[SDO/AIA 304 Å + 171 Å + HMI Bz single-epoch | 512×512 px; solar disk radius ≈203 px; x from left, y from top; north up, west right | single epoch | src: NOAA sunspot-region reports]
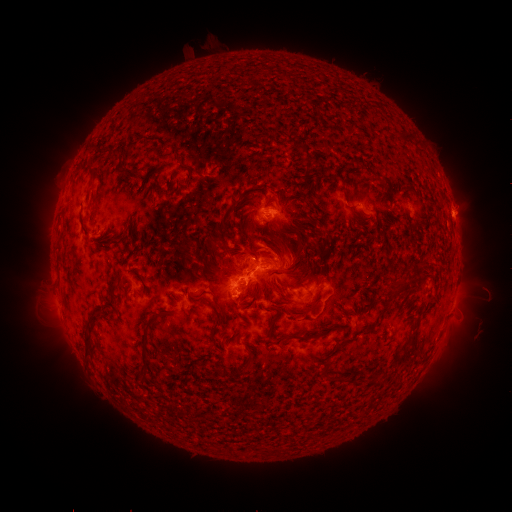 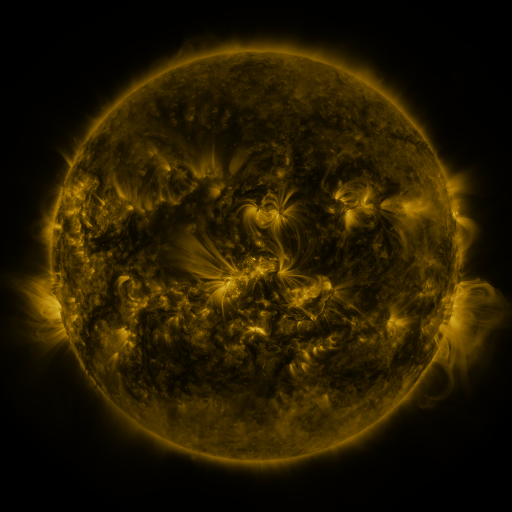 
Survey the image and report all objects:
spotted active region: (368, 209)
spotted active region: (280, 210)
spotted active region: (454, 215)
spotted active region: (94, 226)
spotted active region: (266, 274)
spotted active region: (452, 304)
